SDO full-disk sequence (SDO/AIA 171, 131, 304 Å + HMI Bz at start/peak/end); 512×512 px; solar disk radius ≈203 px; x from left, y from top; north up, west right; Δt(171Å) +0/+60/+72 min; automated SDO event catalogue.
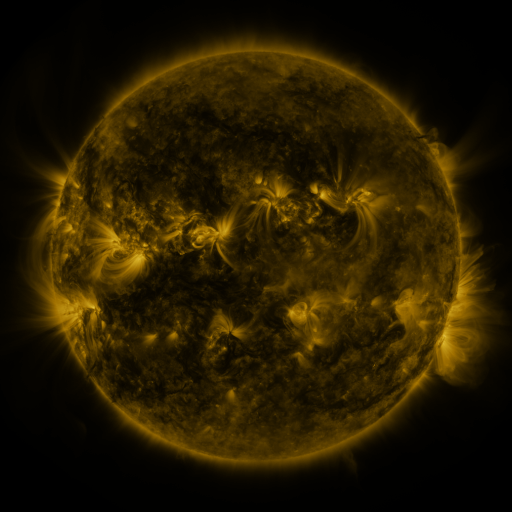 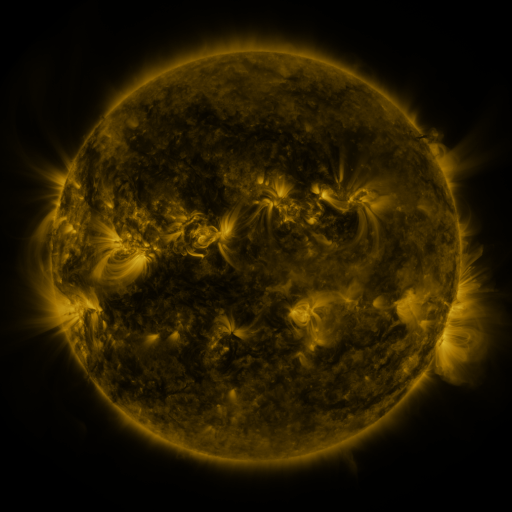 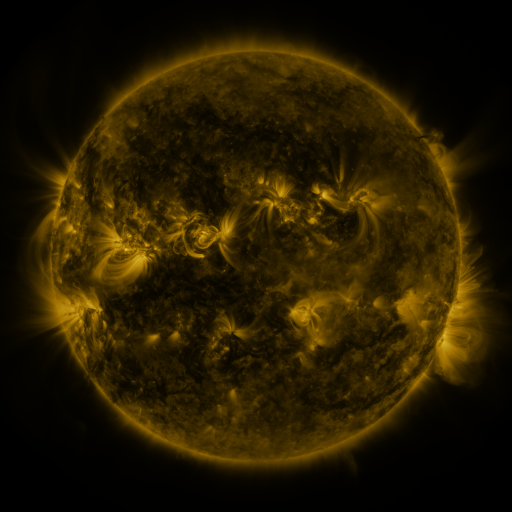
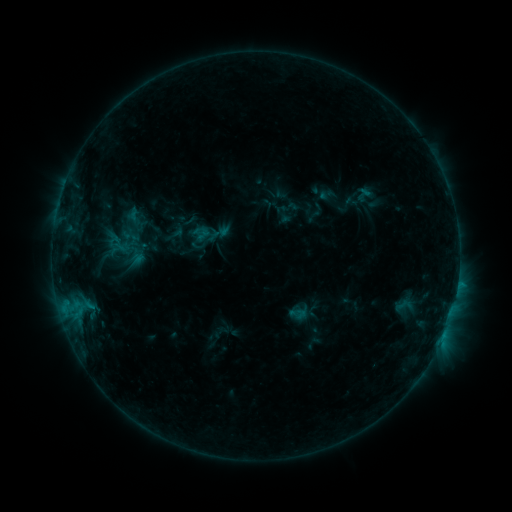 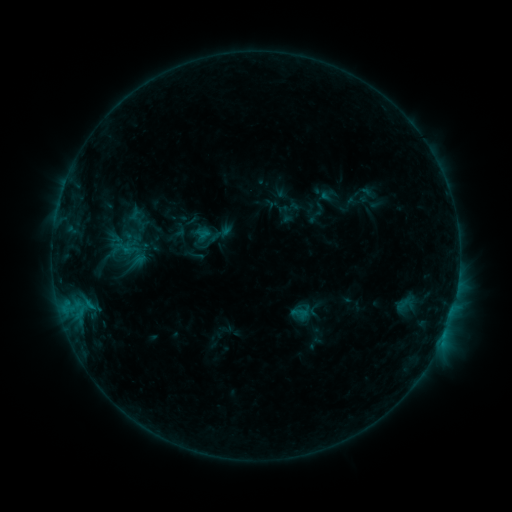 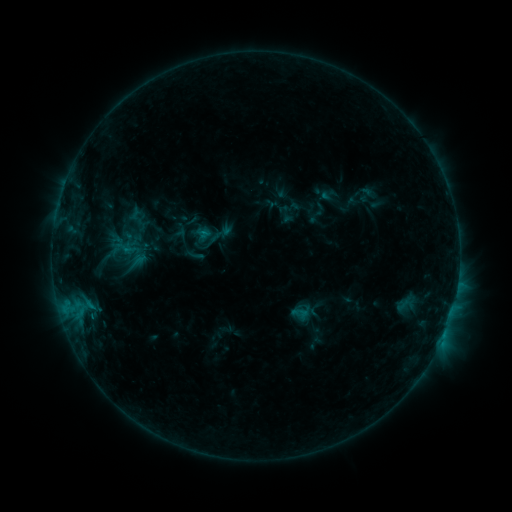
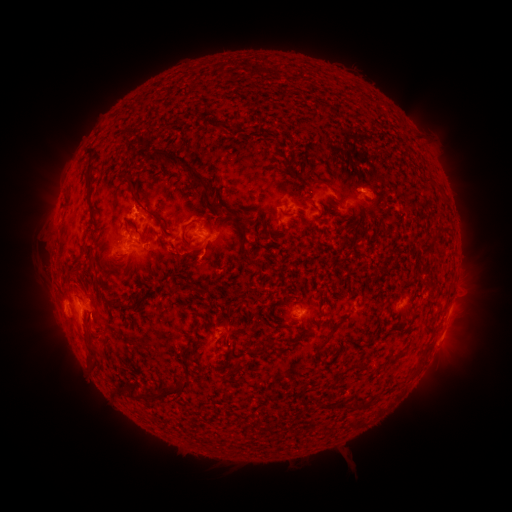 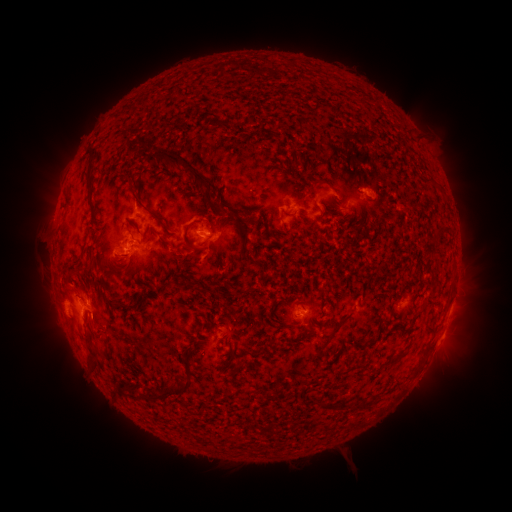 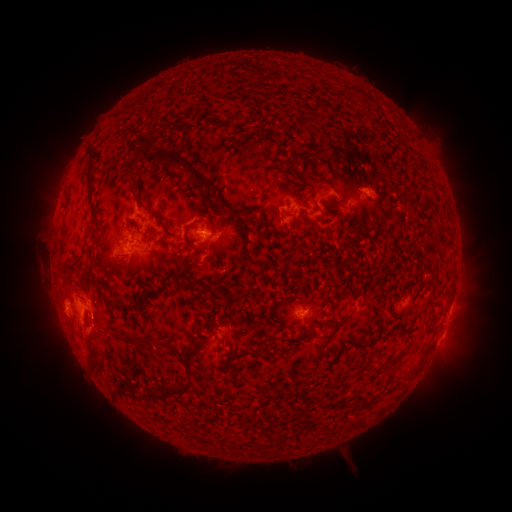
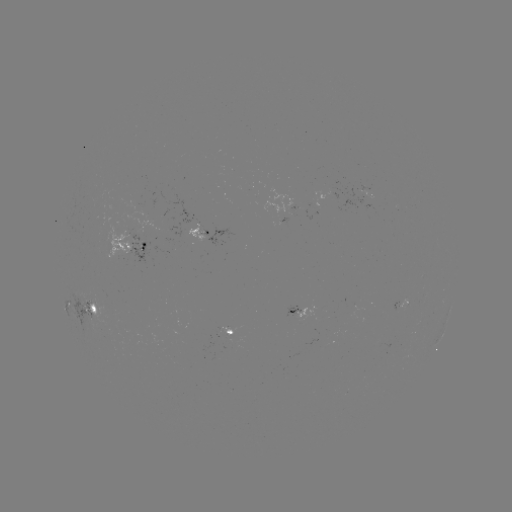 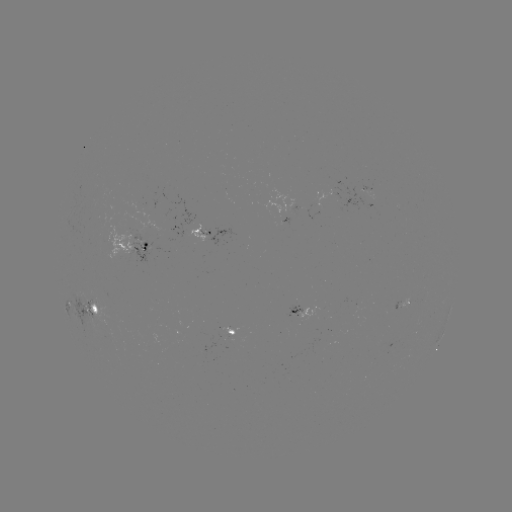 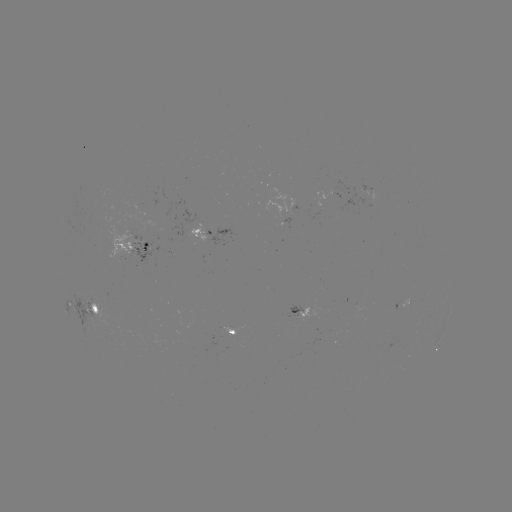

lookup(emerging-flux region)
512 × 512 (201, 230)